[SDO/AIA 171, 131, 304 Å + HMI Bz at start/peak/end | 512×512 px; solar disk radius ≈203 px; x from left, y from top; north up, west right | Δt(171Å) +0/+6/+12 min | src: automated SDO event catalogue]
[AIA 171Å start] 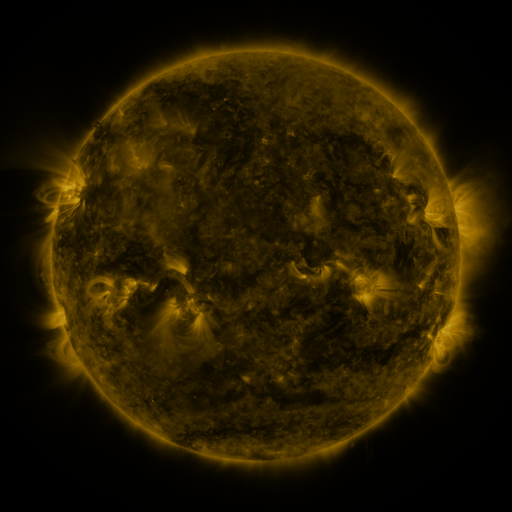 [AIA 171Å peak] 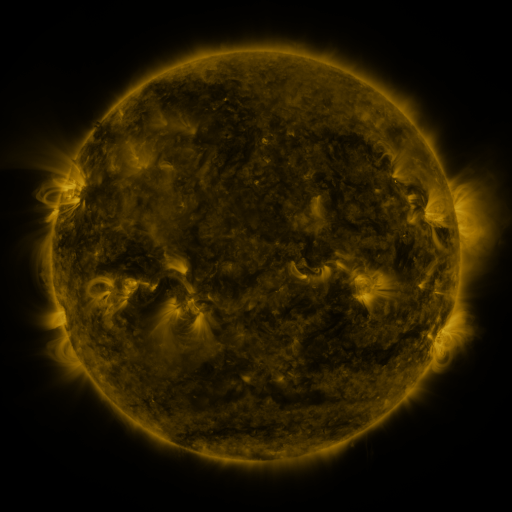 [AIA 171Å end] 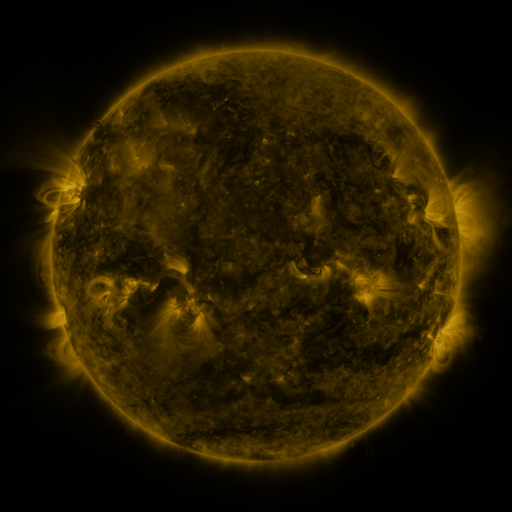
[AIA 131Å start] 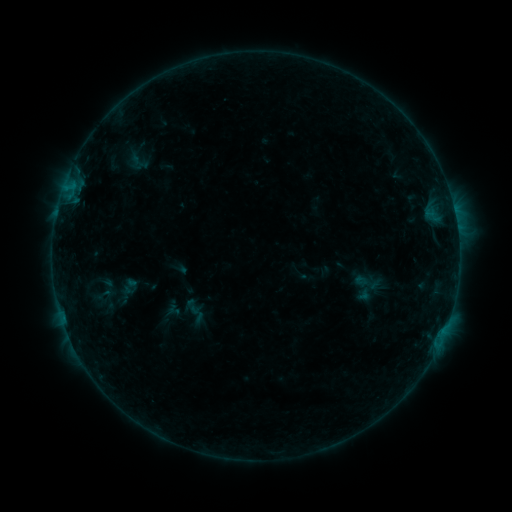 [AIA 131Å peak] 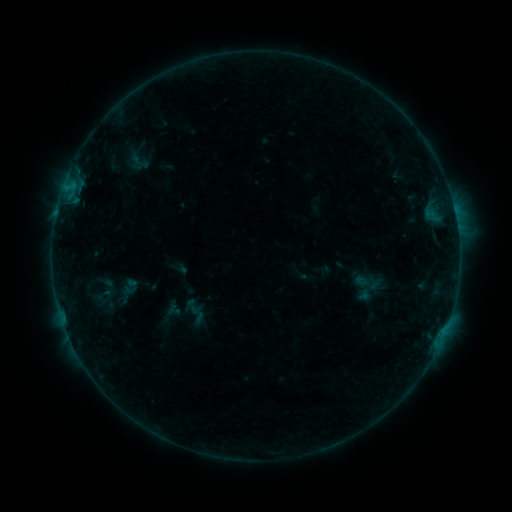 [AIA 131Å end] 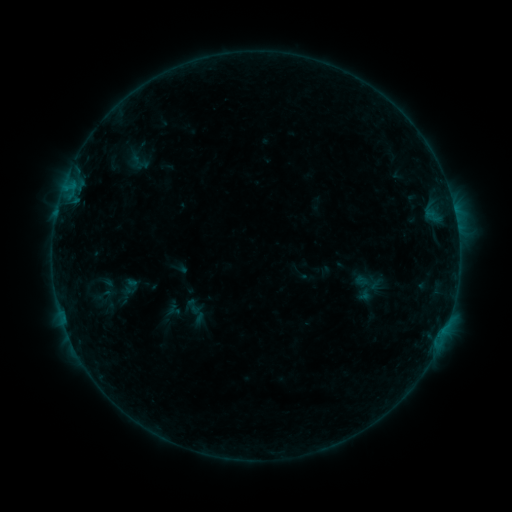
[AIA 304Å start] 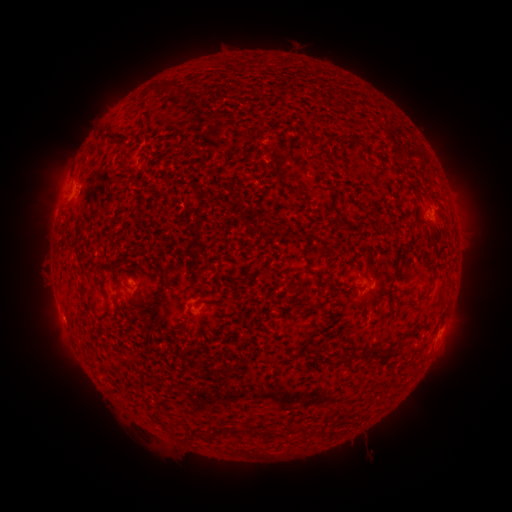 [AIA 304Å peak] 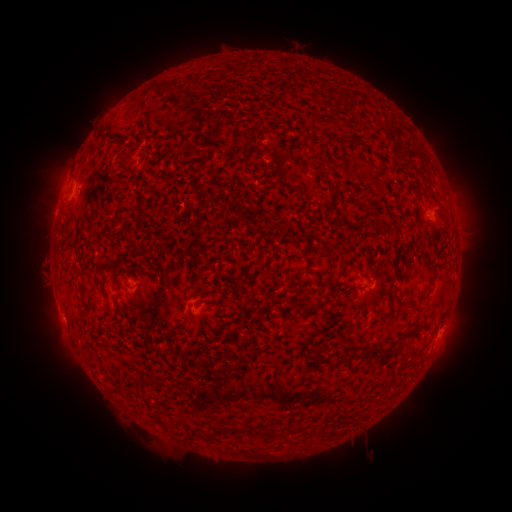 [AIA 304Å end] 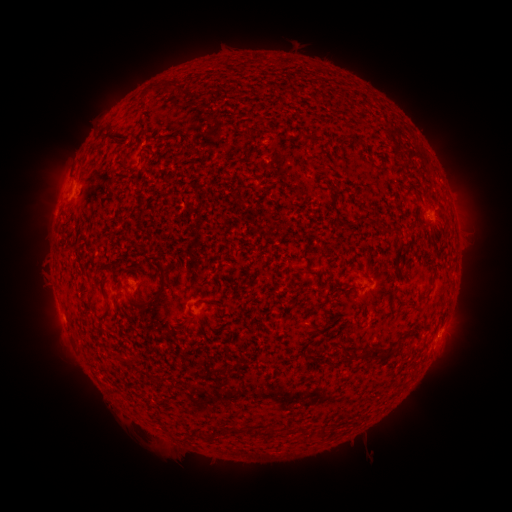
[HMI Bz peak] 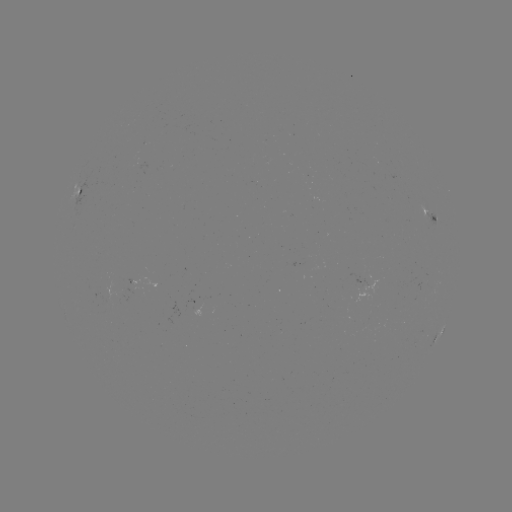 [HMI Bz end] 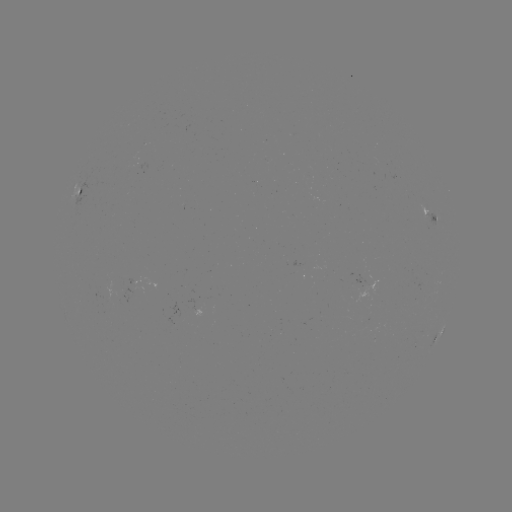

no flare in any classed list; no EUV-trigger detection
